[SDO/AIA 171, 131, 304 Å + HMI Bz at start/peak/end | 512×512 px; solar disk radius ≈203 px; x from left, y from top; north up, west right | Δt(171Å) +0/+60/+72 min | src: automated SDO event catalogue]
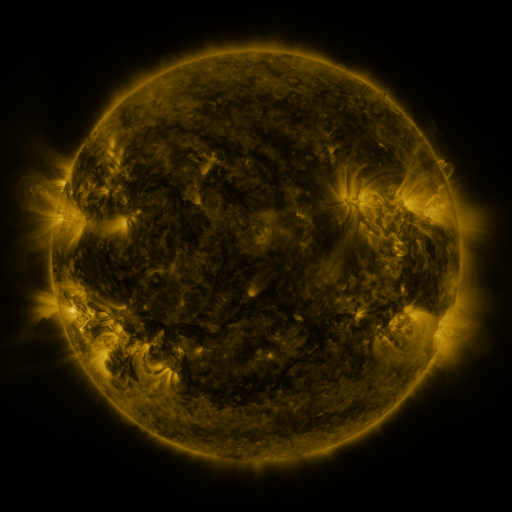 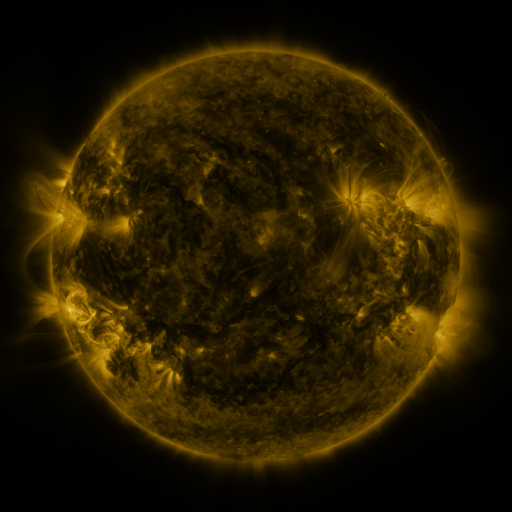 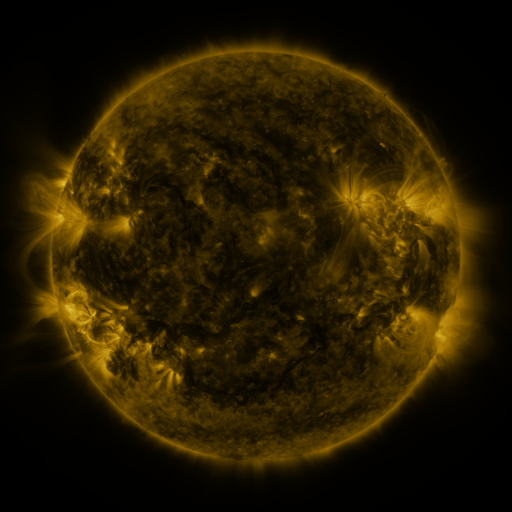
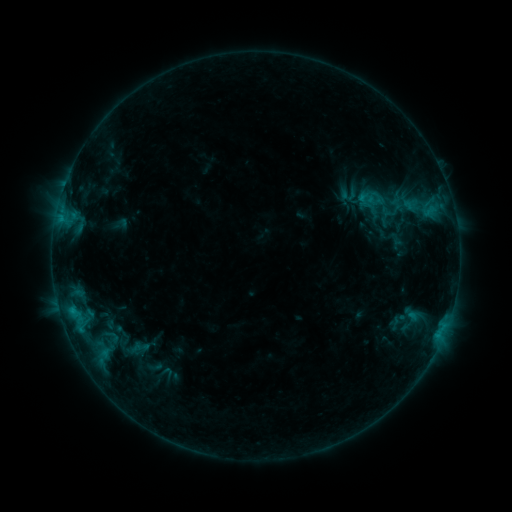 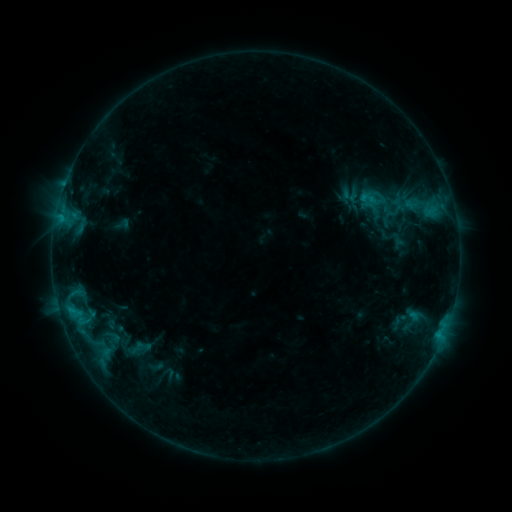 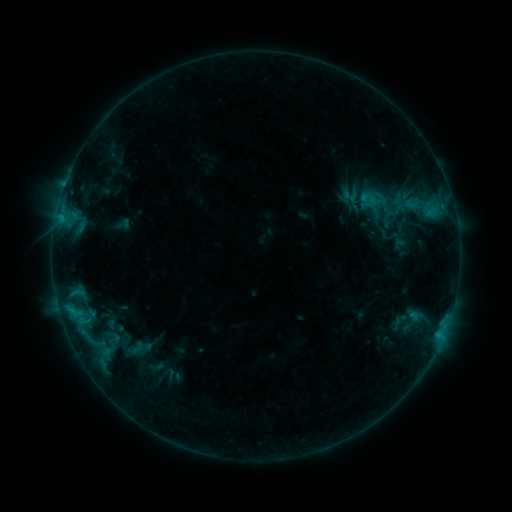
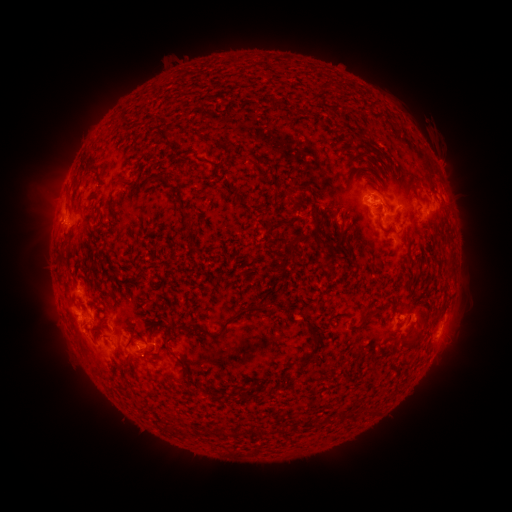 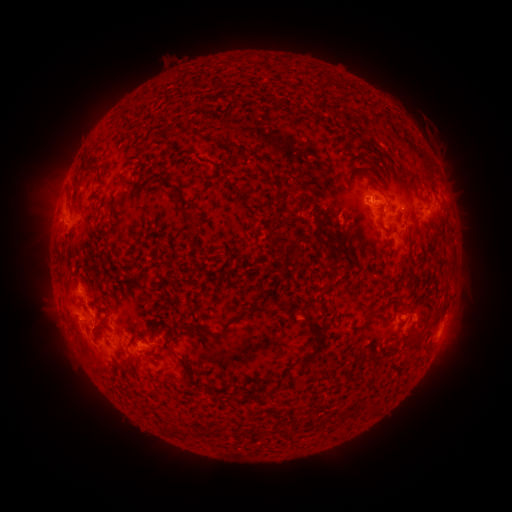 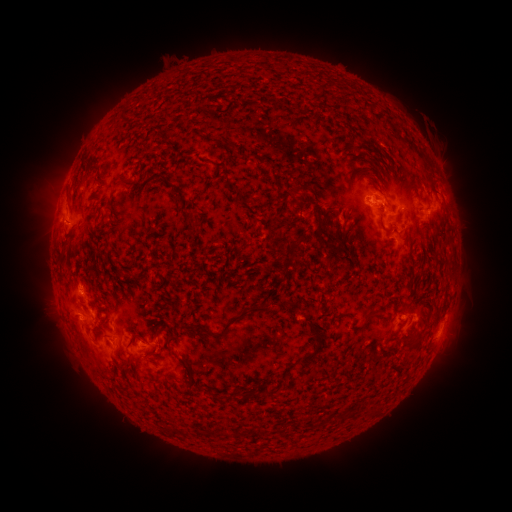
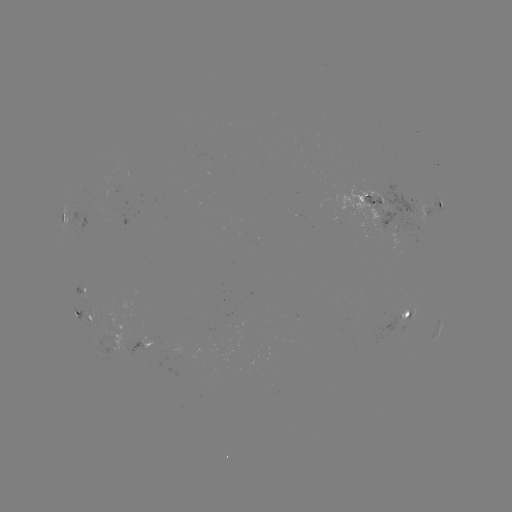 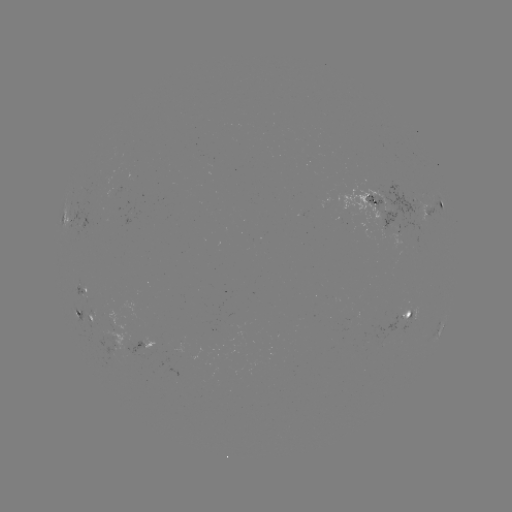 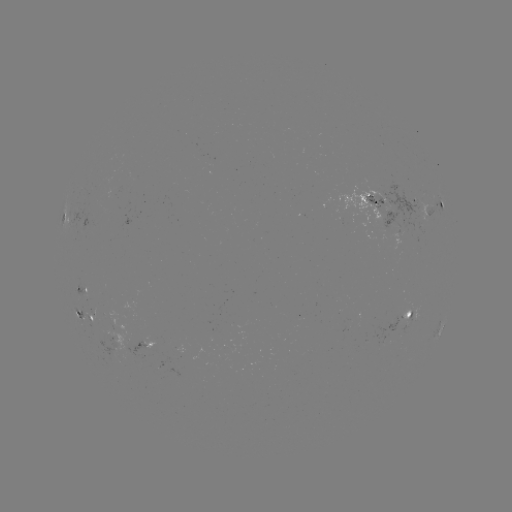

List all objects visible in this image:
emerging-flux region: (111, 350)
